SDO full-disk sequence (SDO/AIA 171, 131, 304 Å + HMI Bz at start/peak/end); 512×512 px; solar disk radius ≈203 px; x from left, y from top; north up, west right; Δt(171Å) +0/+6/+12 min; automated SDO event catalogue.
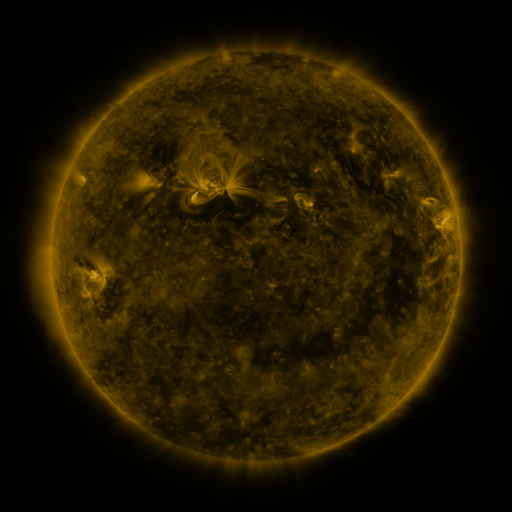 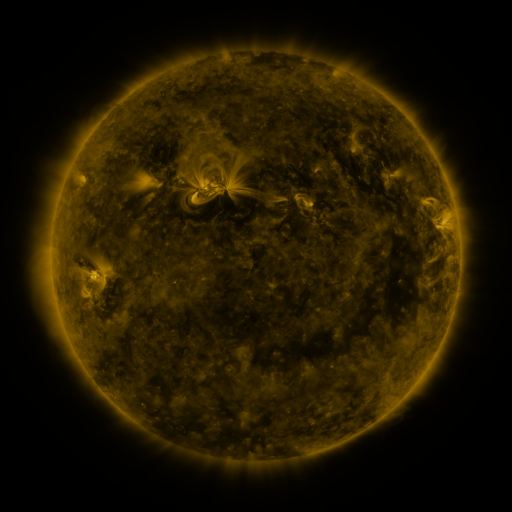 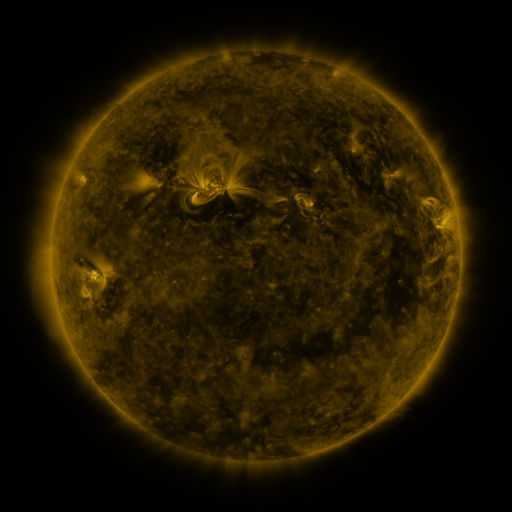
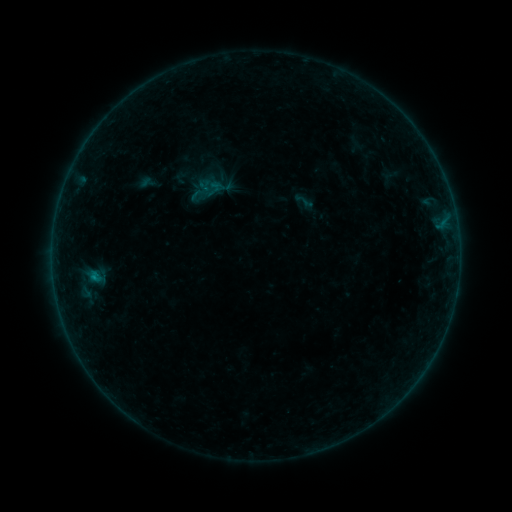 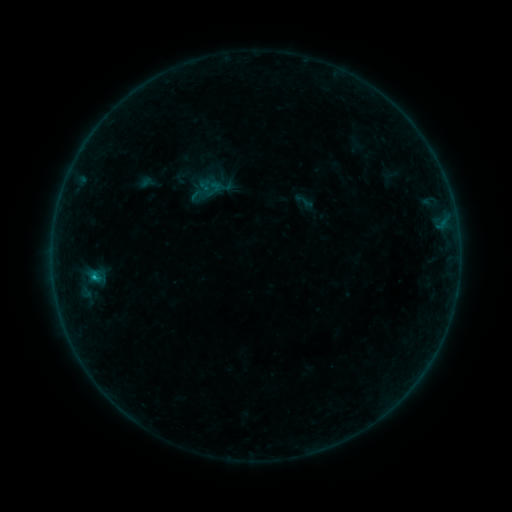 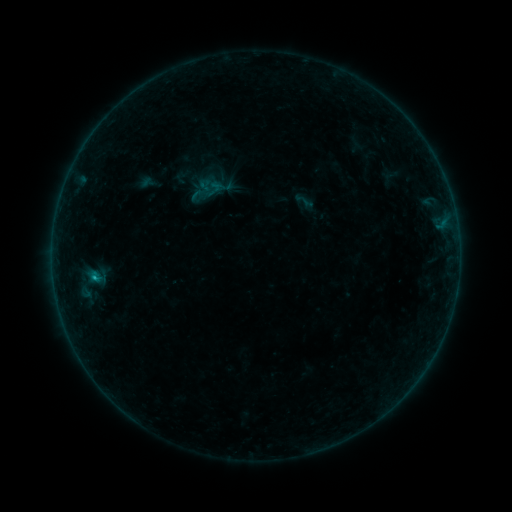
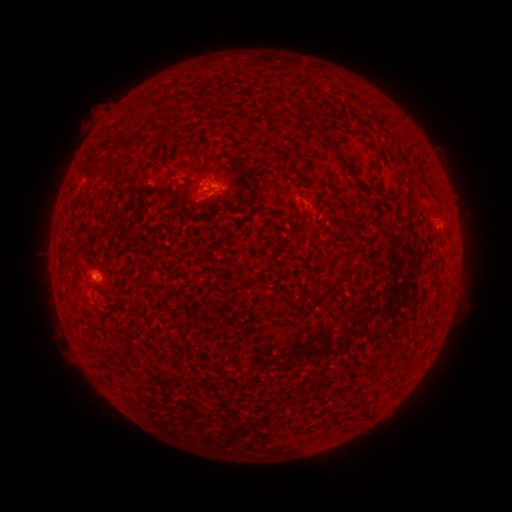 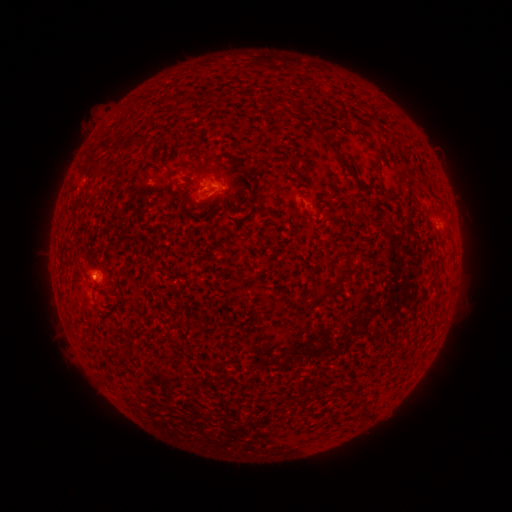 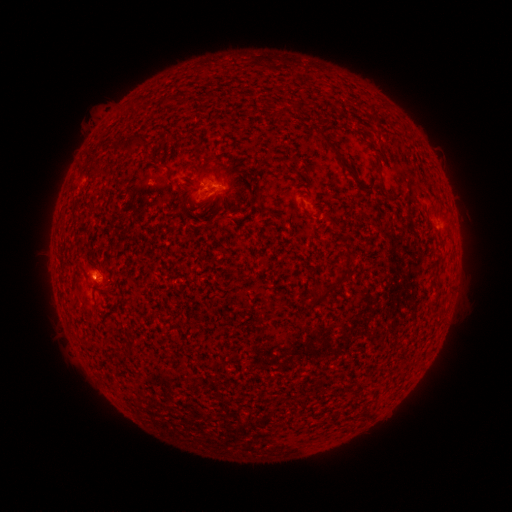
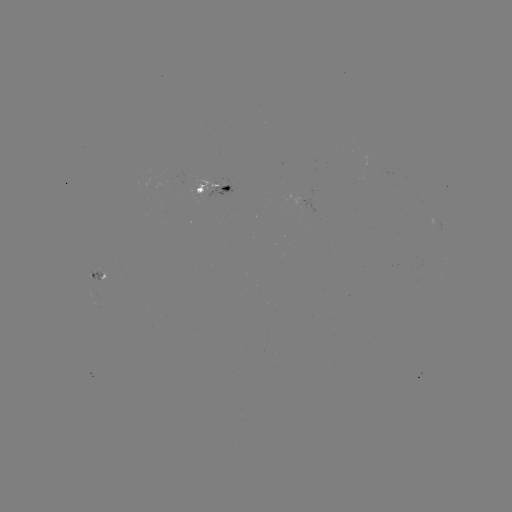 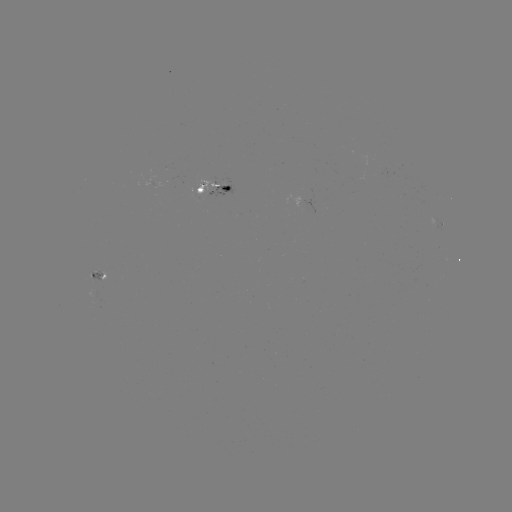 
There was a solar flare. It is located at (95, 276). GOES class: B4.0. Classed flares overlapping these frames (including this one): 1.